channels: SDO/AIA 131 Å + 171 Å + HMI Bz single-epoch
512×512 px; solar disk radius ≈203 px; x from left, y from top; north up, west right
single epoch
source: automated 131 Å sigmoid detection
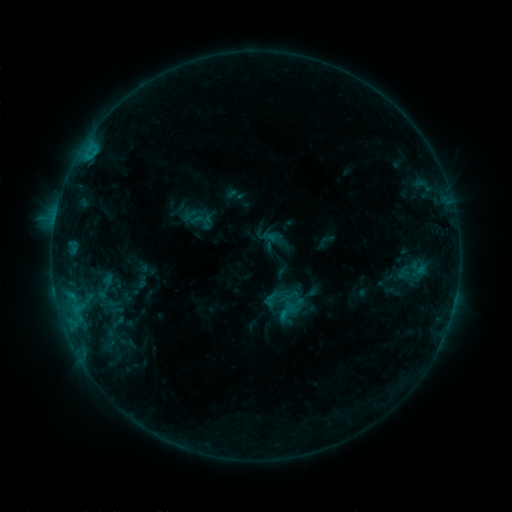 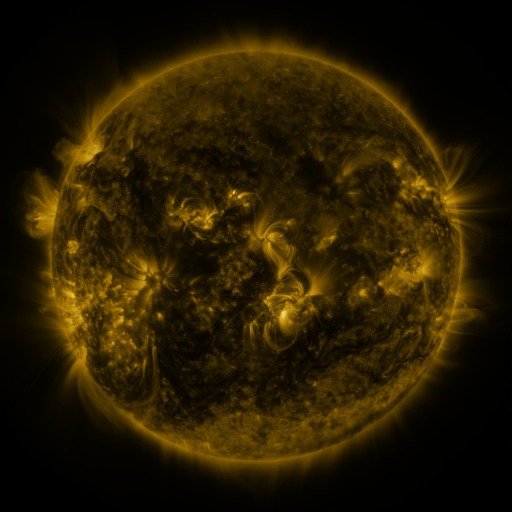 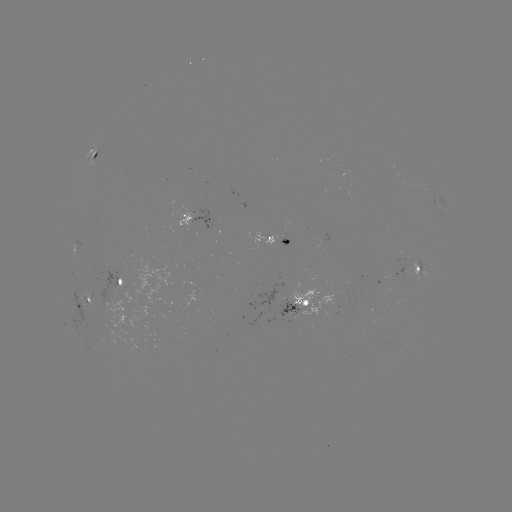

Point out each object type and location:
sigmoid: (194, 219)
sigmoid: (287, 310)
